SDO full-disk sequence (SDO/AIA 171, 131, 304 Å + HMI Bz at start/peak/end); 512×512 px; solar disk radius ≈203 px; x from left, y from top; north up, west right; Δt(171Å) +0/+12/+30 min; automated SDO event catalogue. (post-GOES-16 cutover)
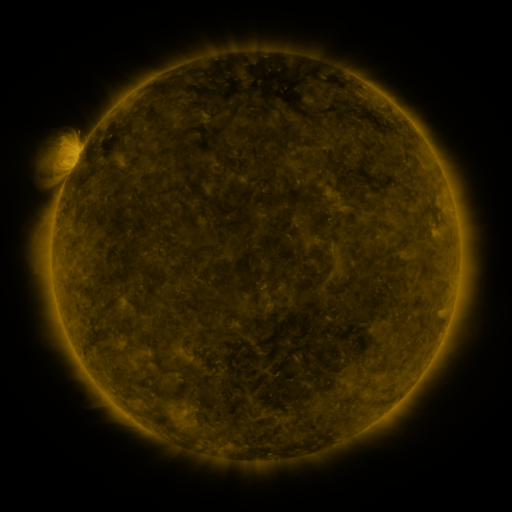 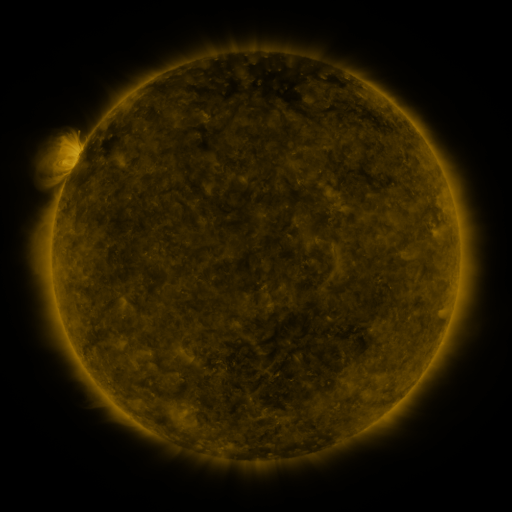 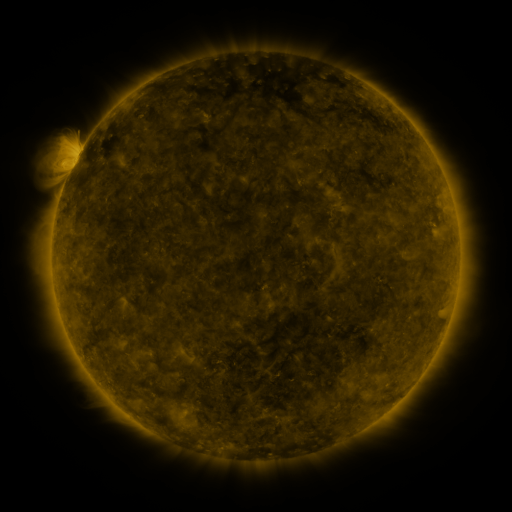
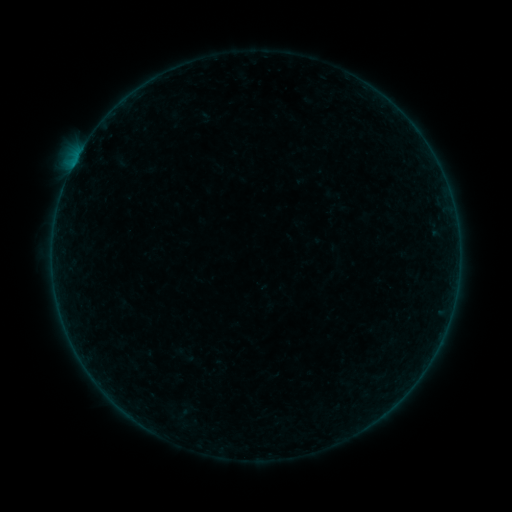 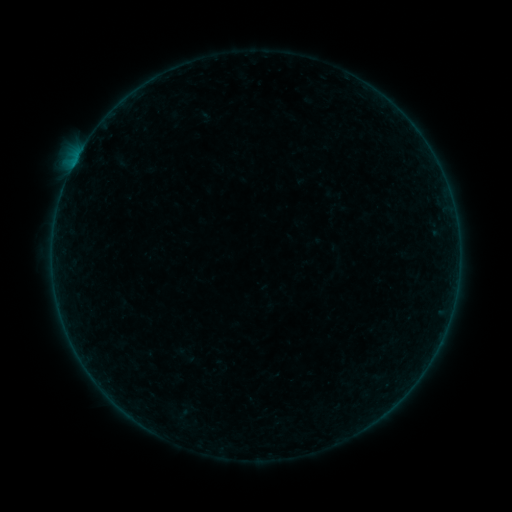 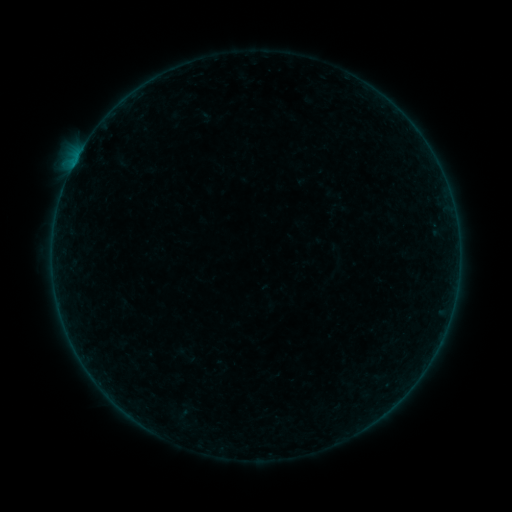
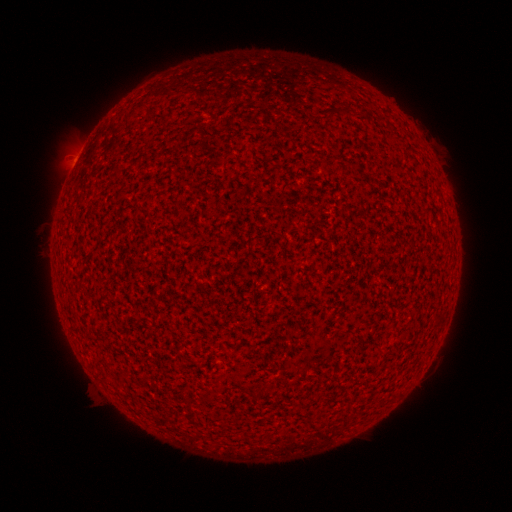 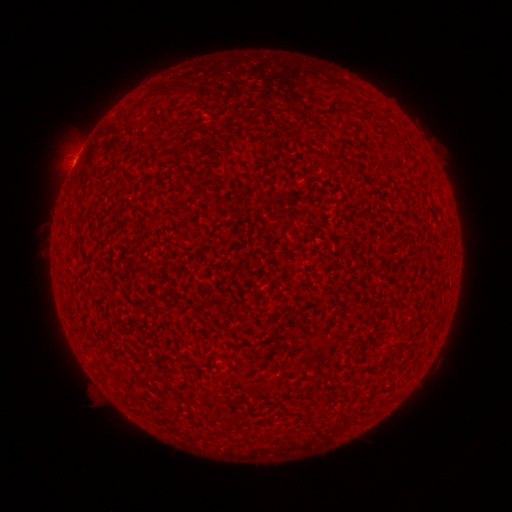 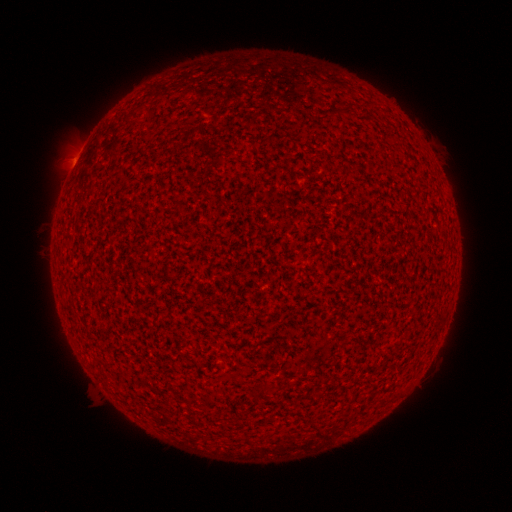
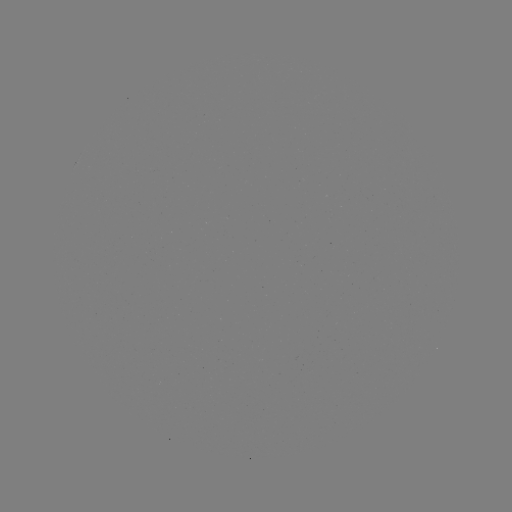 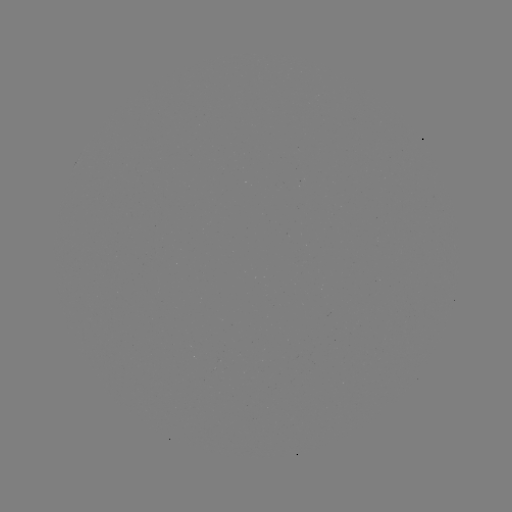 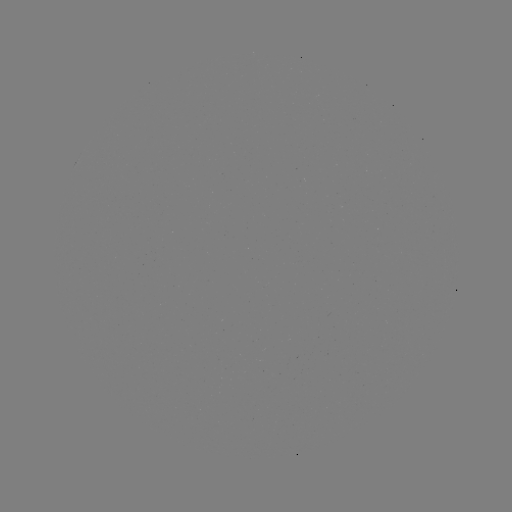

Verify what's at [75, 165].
A6.9 flare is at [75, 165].